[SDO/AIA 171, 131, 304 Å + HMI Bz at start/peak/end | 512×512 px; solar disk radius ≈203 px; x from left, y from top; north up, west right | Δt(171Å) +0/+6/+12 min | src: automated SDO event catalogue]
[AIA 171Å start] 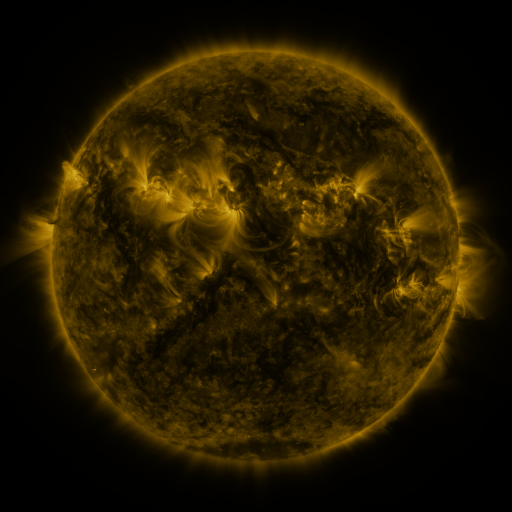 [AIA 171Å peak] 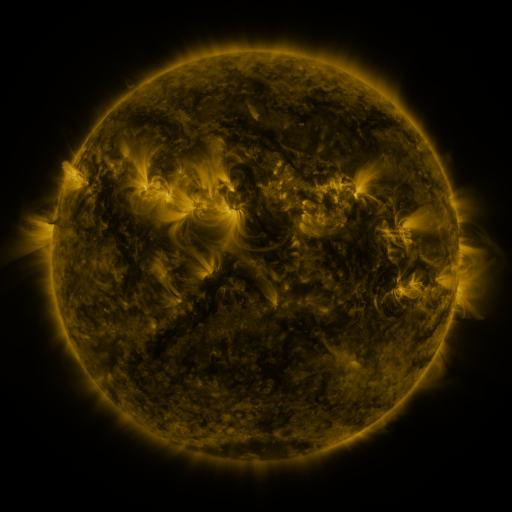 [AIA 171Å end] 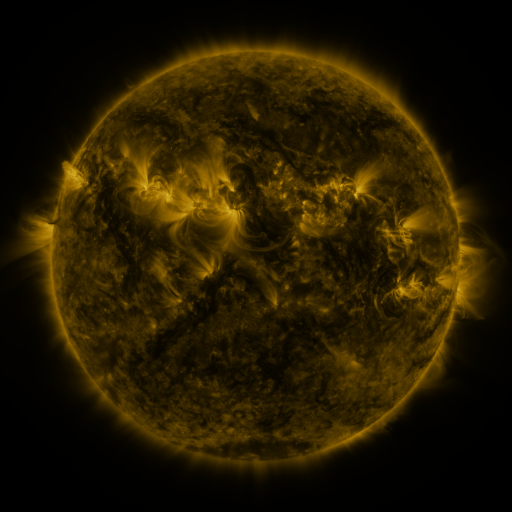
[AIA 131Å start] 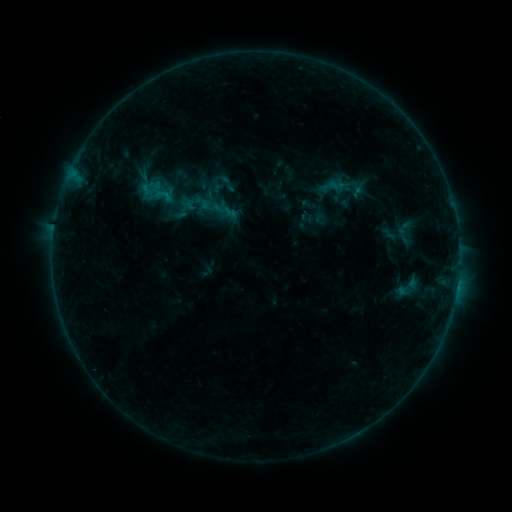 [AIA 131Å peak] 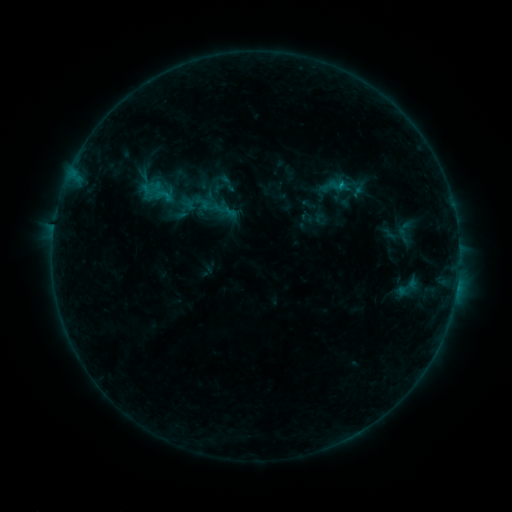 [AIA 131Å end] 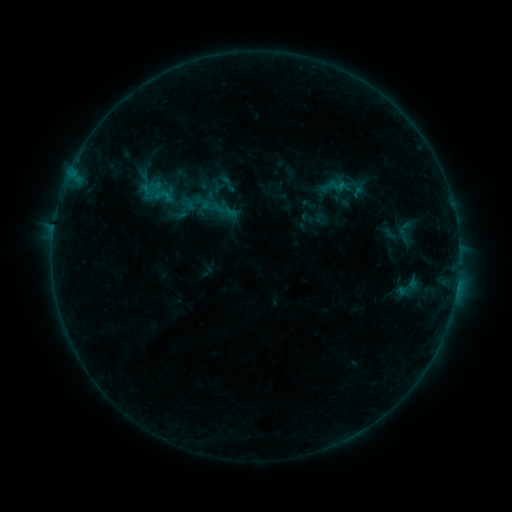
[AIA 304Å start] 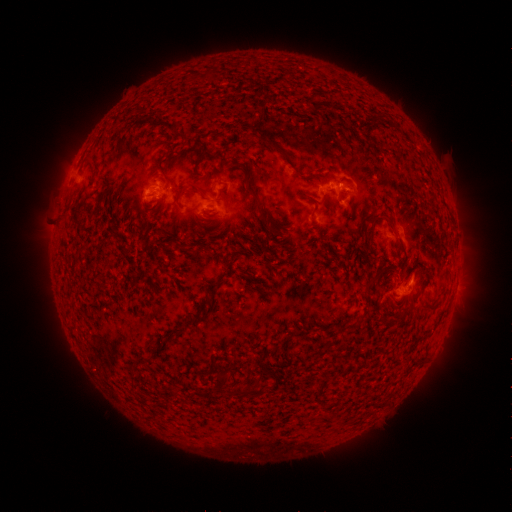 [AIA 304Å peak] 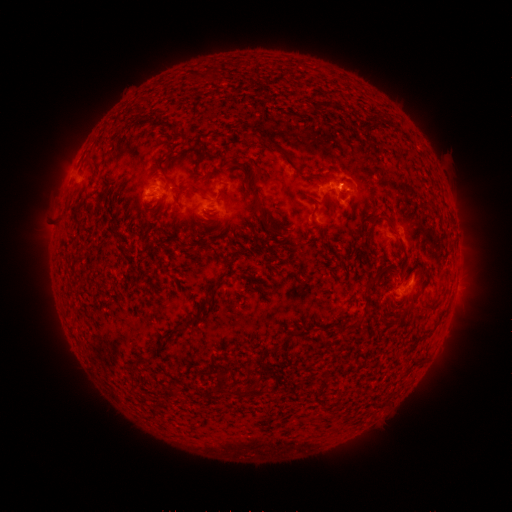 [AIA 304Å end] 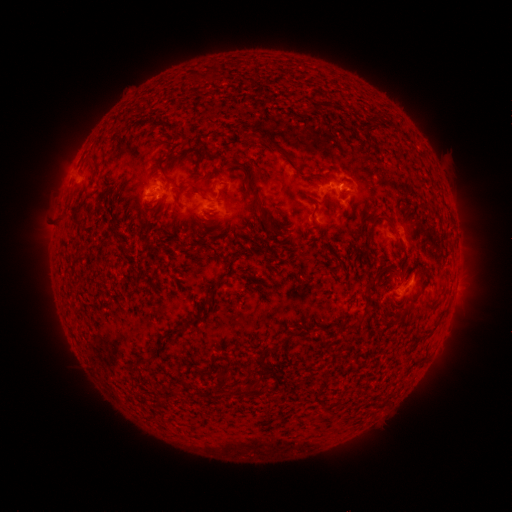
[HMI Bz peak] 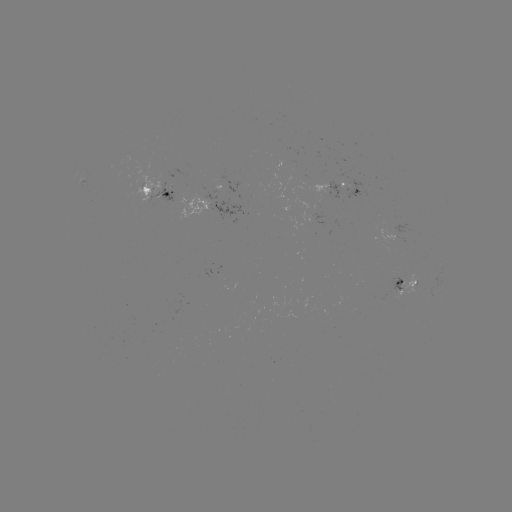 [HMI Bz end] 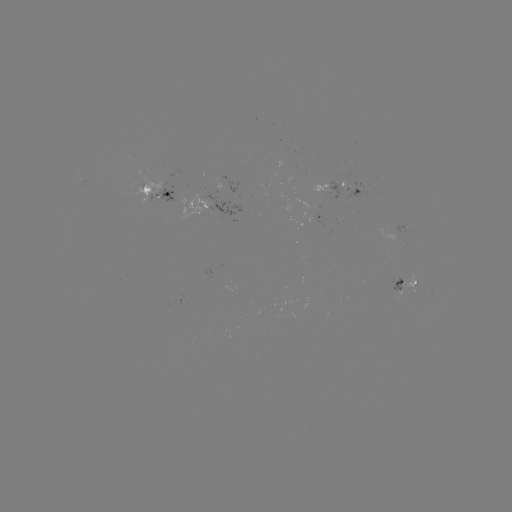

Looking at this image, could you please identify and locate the B6.7 flare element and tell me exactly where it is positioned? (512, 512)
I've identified B6.7 flare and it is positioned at (339, 186).